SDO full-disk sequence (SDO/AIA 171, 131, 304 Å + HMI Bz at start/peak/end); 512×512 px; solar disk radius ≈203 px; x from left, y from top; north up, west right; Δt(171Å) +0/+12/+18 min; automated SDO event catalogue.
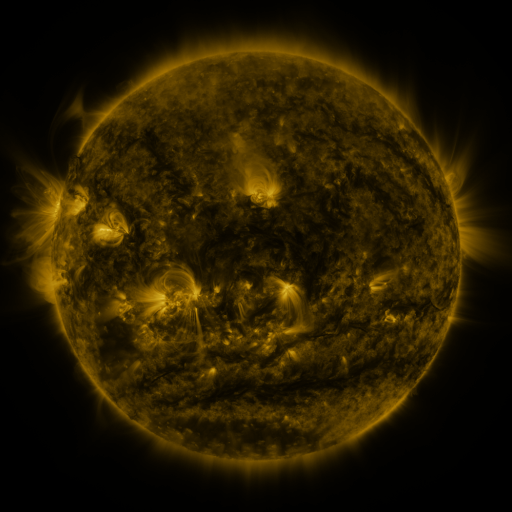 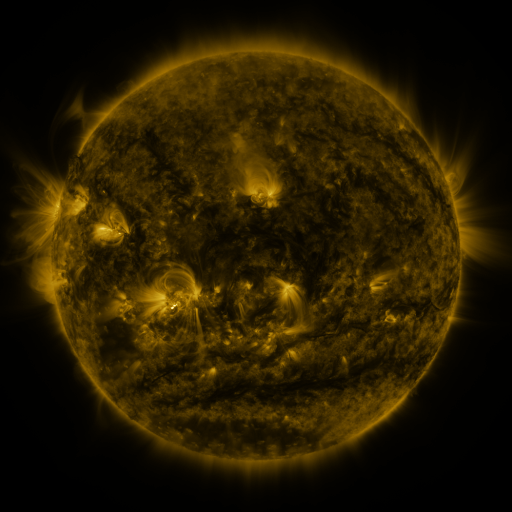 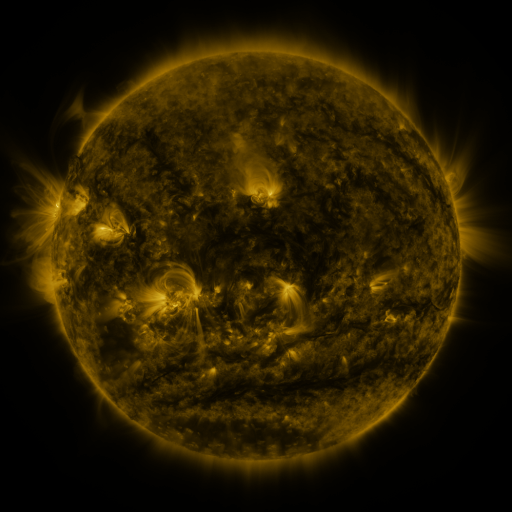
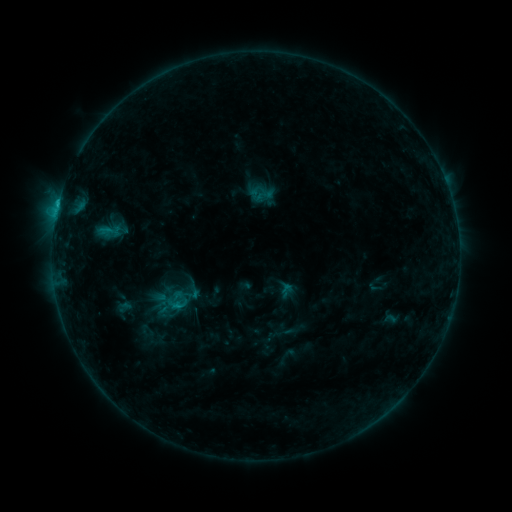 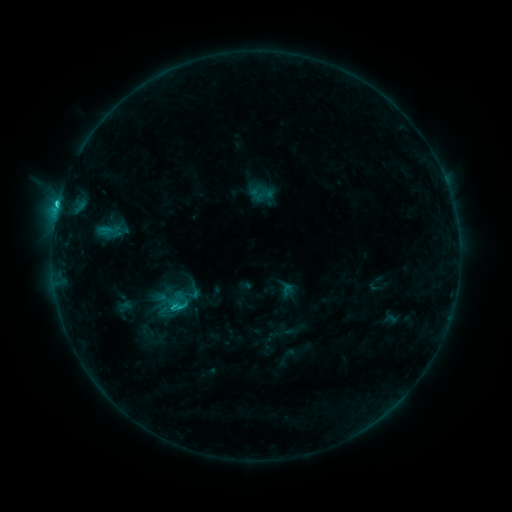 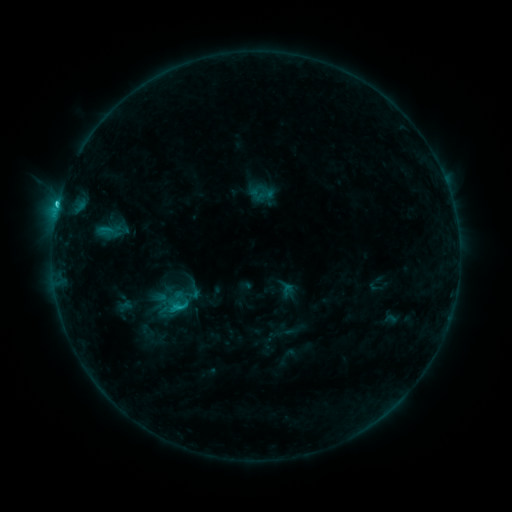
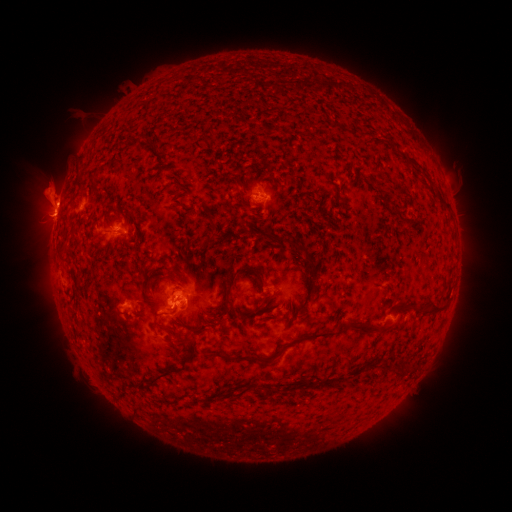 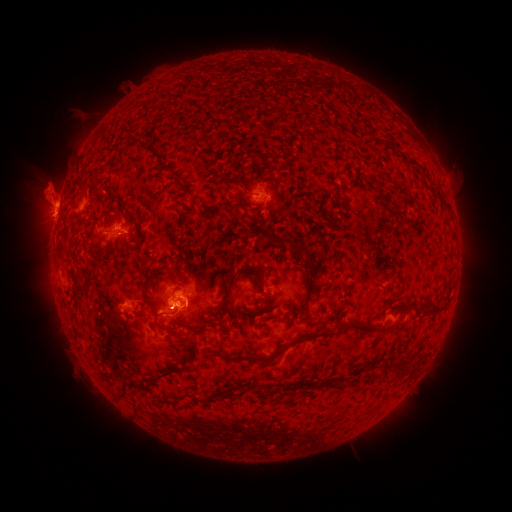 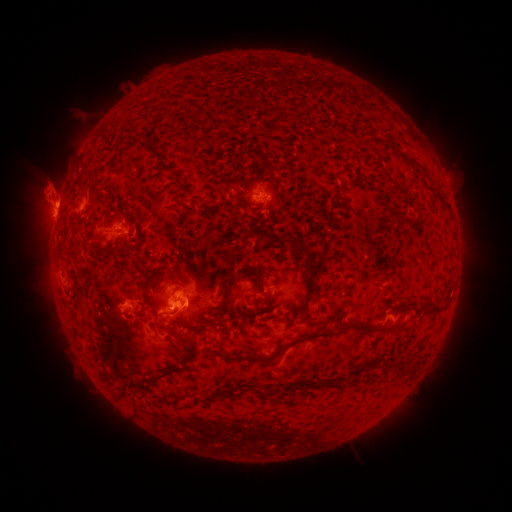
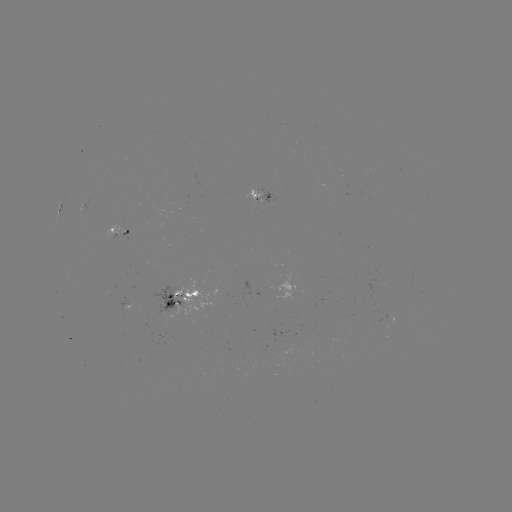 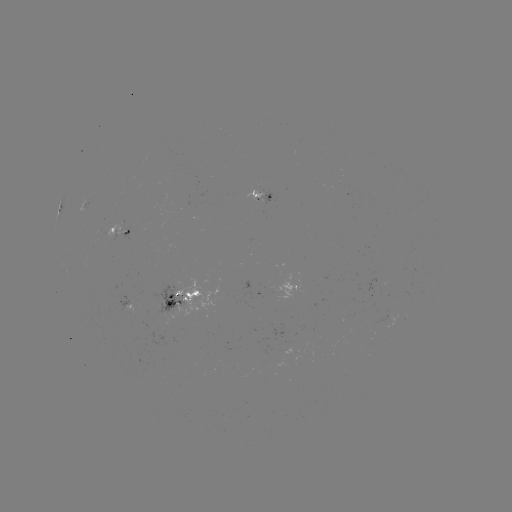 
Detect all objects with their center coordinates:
C2.1 flare: (174, 307)
